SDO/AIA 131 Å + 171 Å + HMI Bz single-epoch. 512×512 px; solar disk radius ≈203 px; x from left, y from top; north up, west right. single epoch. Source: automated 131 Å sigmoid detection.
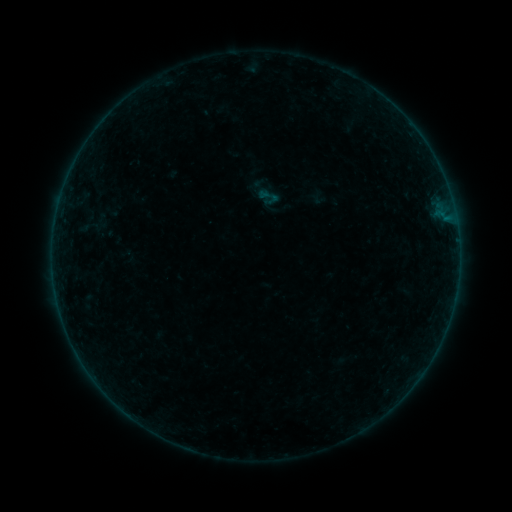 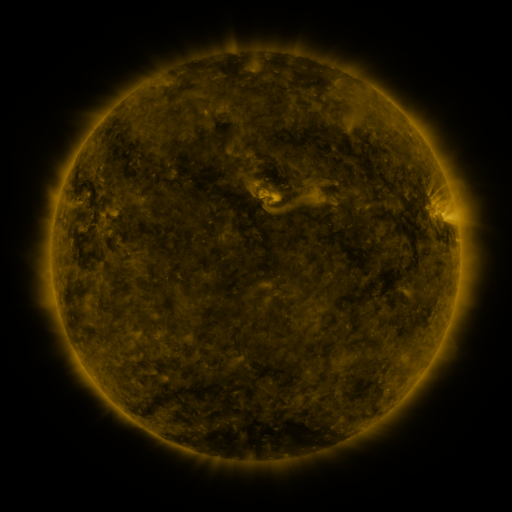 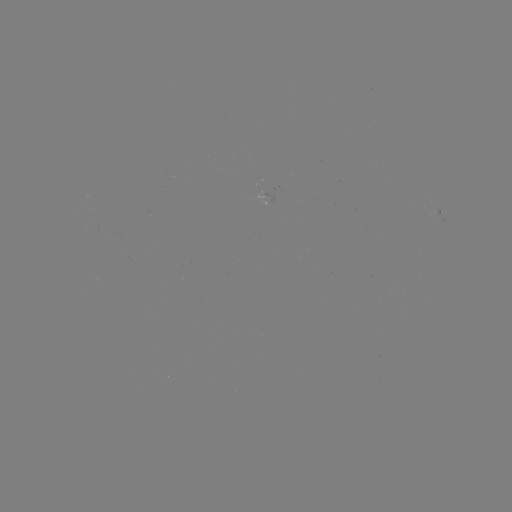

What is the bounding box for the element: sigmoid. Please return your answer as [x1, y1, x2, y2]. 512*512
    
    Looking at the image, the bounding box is [258, 185, 281, 208].